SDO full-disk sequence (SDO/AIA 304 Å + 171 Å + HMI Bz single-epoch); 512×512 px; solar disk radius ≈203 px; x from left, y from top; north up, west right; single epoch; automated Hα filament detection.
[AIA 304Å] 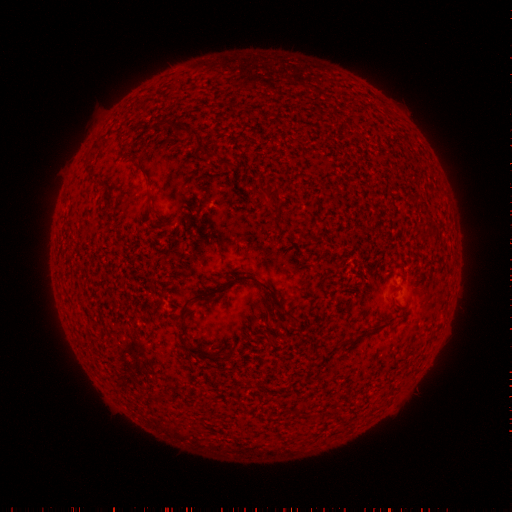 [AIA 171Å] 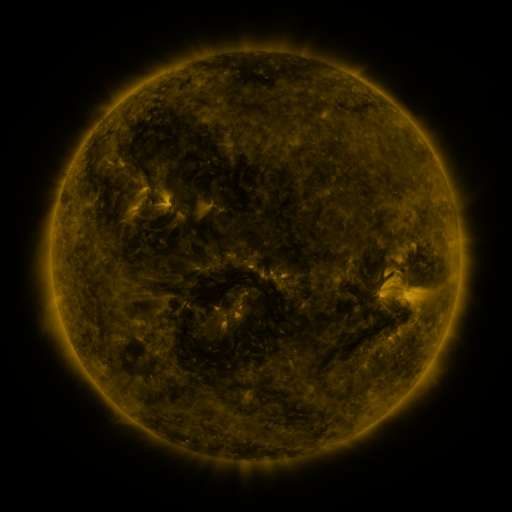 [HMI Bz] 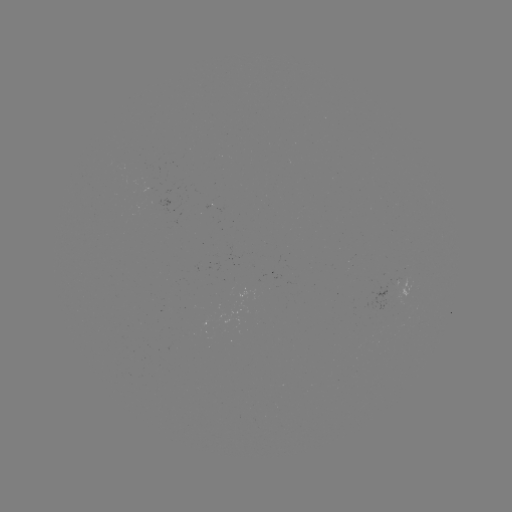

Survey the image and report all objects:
filament: (190, 130)
filament: (209, 157)
filament: (227, 163)
filament: (145, 171)
filament: (264, 195)
filament: (152, 201)
filament: (227, 283)
filament: (291, 317)
filament: (189, 348)
